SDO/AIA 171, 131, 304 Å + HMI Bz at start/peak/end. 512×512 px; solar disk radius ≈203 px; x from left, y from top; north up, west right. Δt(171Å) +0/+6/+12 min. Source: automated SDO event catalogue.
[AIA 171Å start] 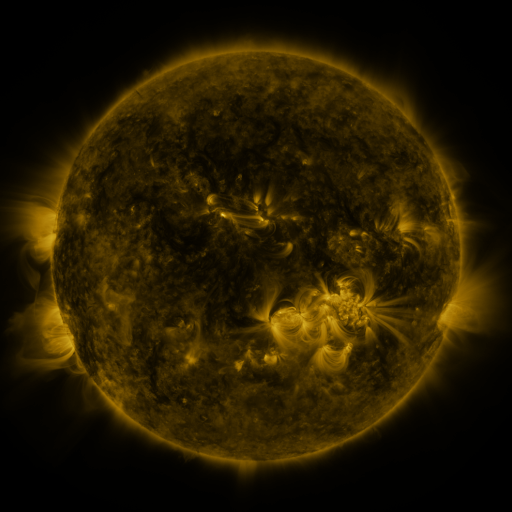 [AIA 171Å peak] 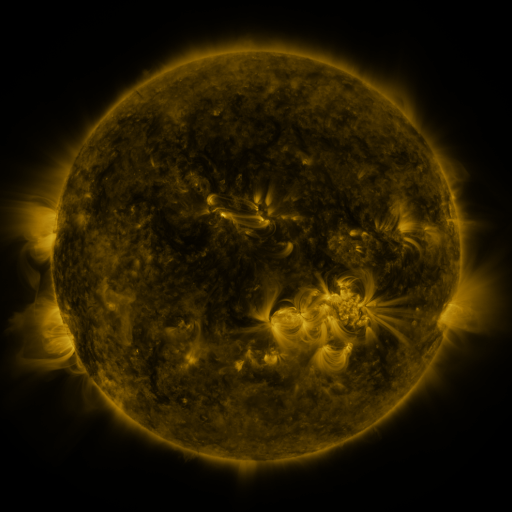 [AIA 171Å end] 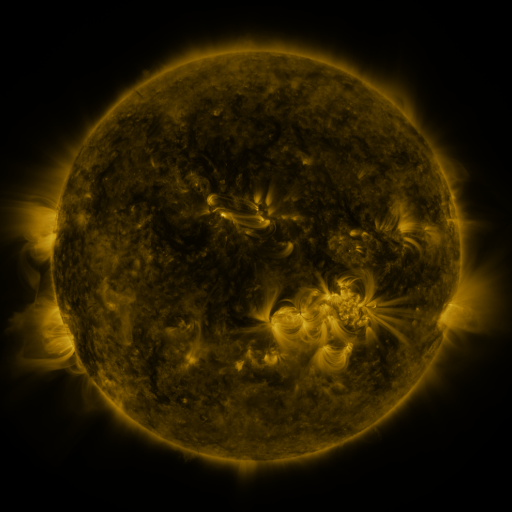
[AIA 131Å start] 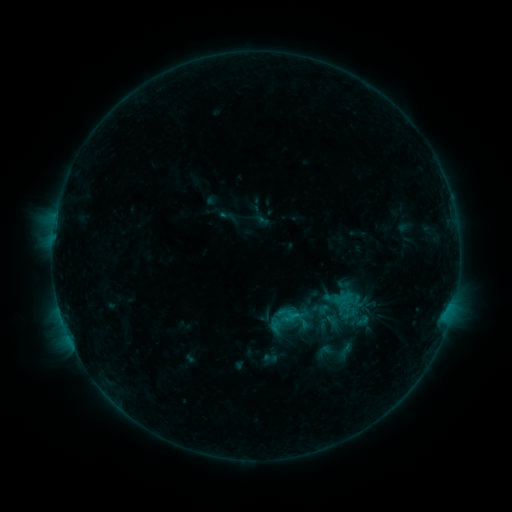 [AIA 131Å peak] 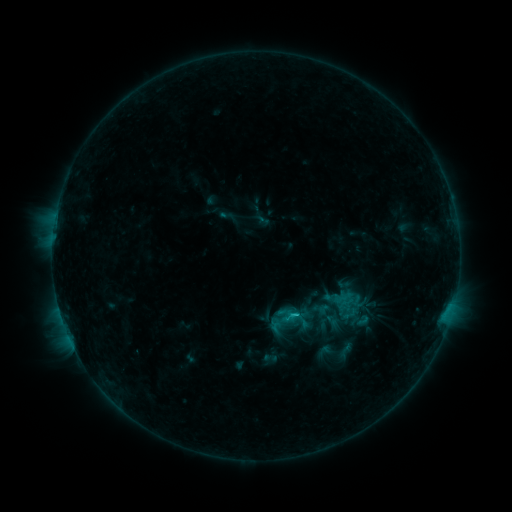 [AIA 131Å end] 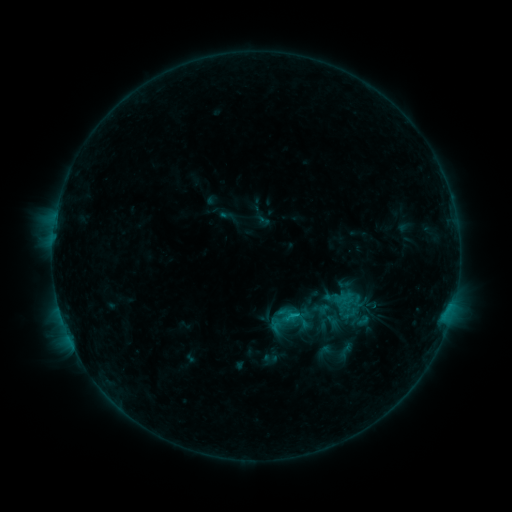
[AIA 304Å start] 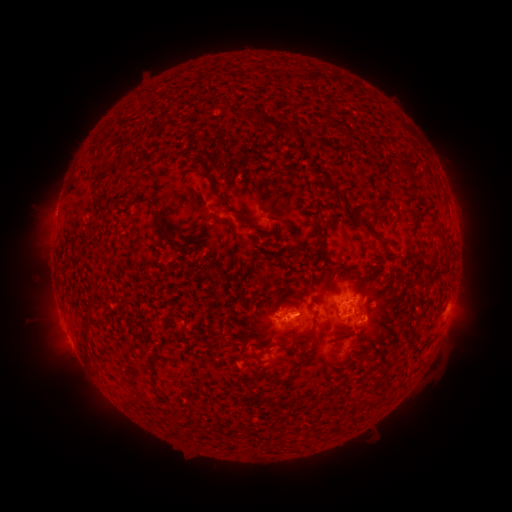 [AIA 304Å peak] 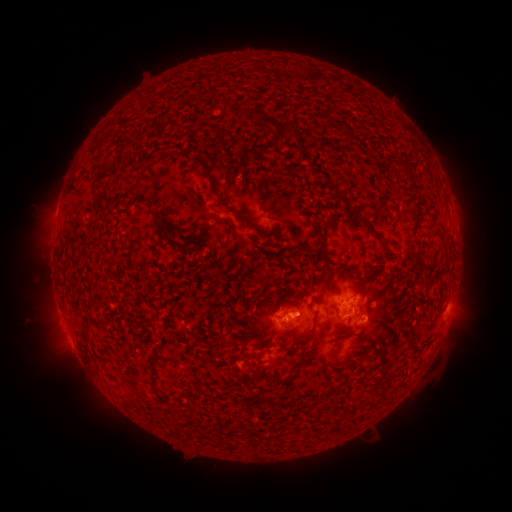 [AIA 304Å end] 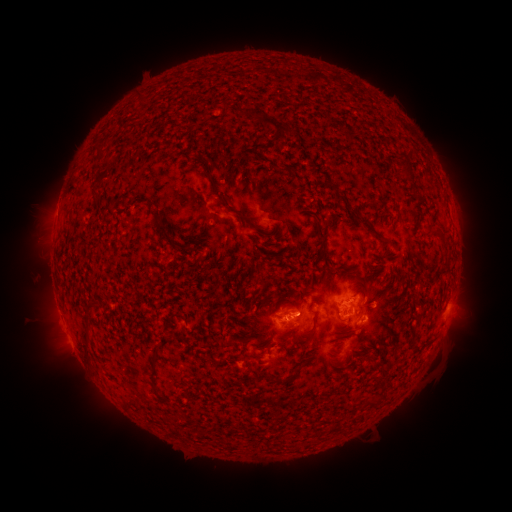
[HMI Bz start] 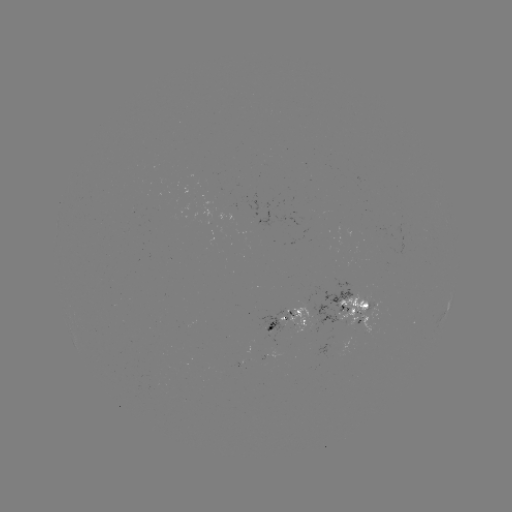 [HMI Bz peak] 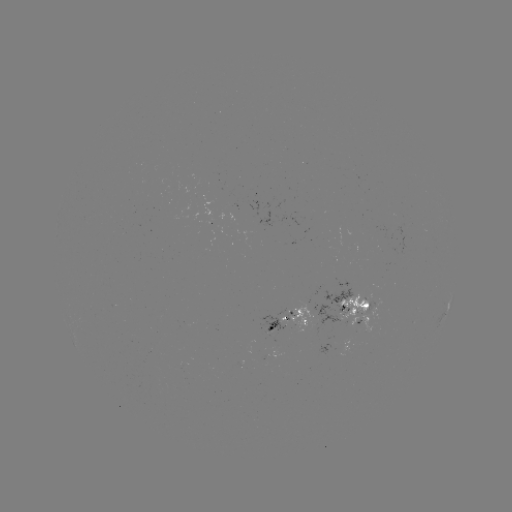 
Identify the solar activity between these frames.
B8.2 flare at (293, 314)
